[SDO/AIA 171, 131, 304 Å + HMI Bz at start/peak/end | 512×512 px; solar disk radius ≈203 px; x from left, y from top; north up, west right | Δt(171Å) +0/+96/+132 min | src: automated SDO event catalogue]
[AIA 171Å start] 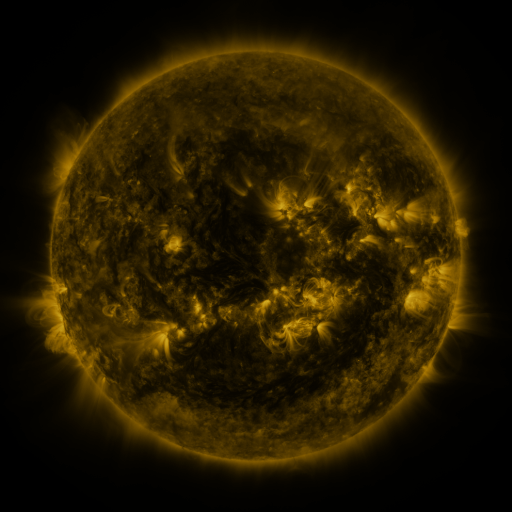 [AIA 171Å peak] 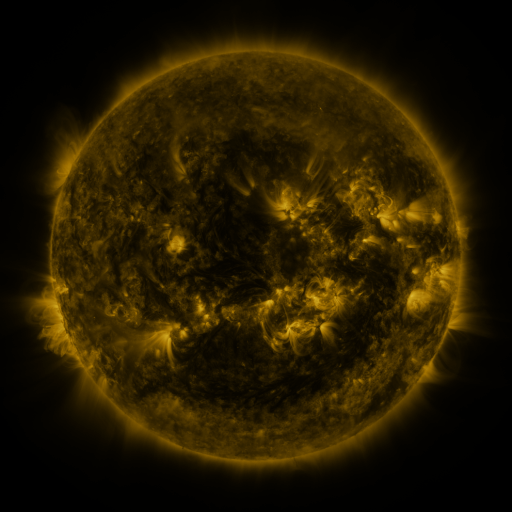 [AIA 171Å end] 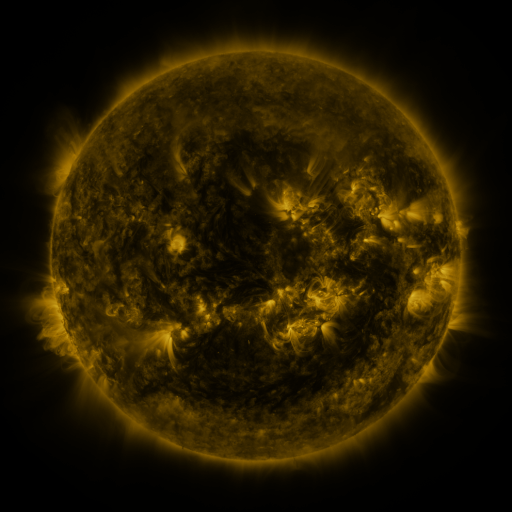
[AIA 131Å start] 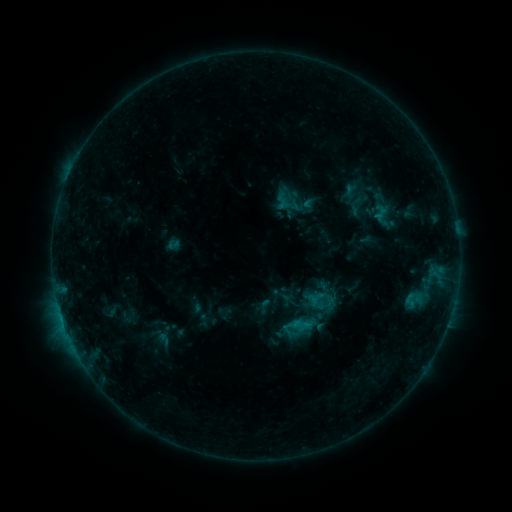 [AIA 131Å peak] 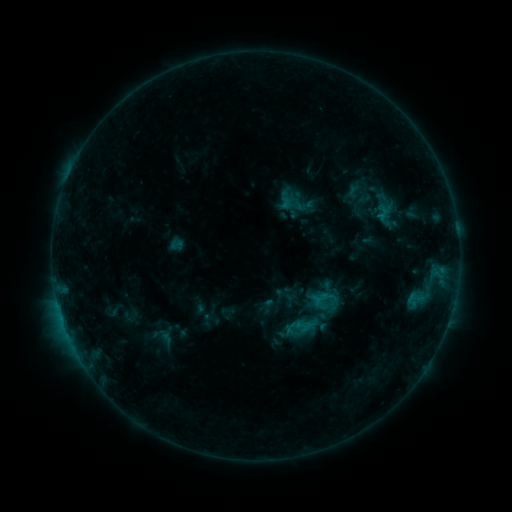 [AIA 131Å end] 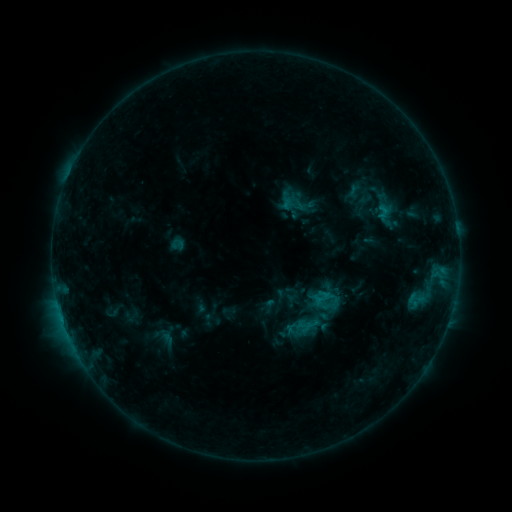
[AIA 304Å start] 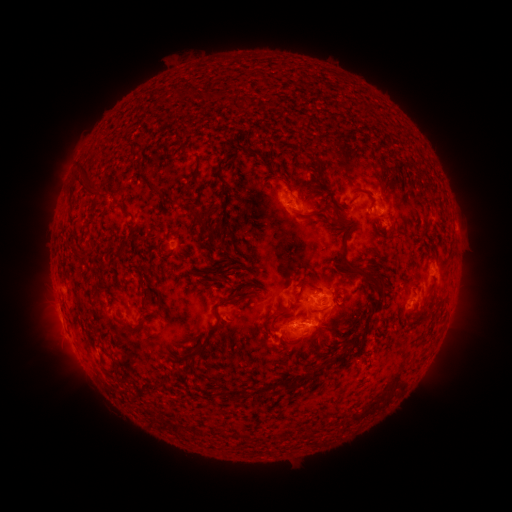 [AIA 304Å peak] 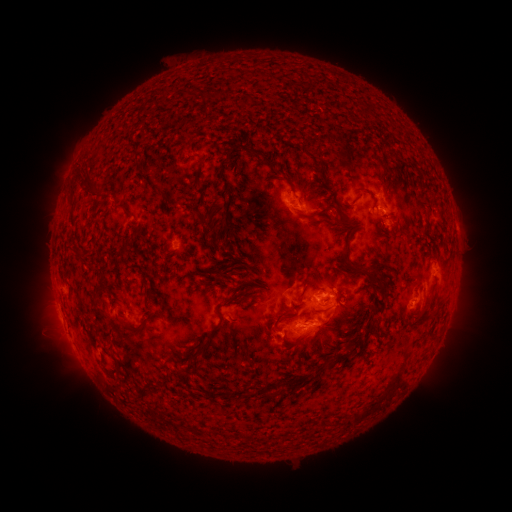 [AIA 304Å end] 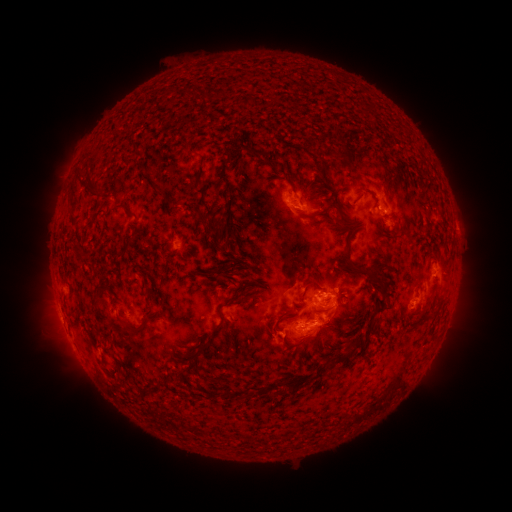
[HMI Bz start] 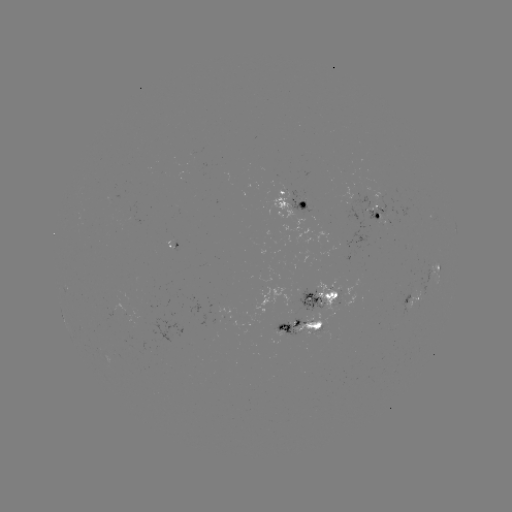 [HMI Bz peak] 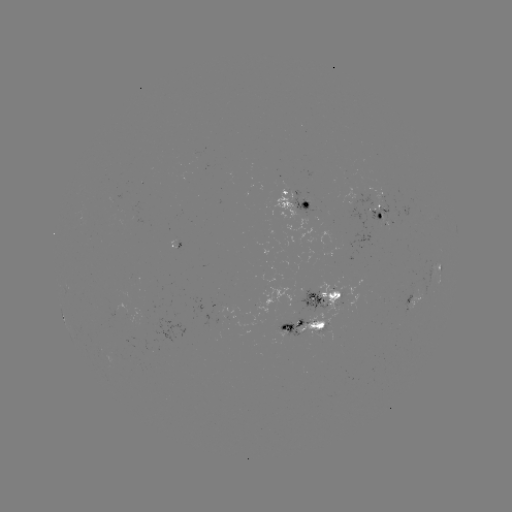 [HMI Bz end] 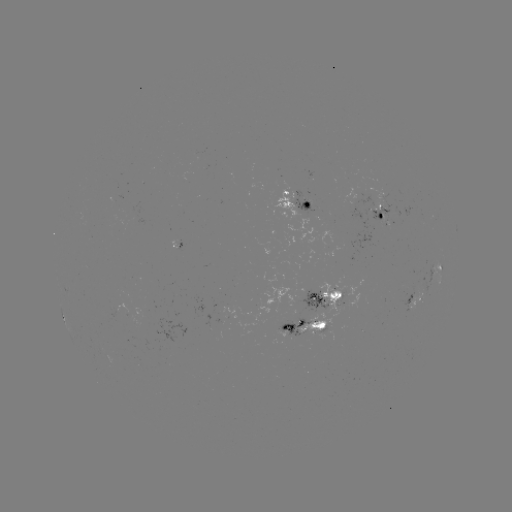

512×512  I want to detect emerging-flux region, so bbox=[402, 289, 423, 308].